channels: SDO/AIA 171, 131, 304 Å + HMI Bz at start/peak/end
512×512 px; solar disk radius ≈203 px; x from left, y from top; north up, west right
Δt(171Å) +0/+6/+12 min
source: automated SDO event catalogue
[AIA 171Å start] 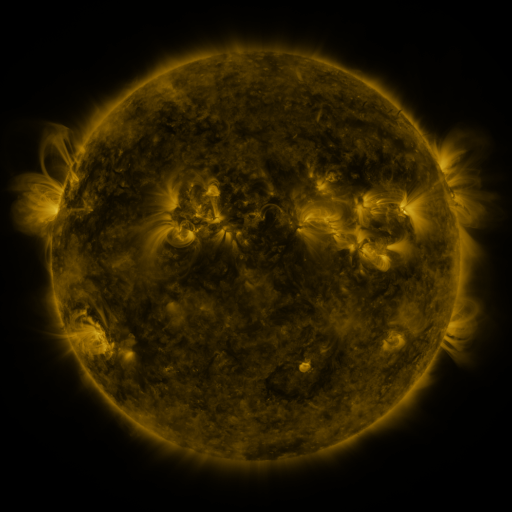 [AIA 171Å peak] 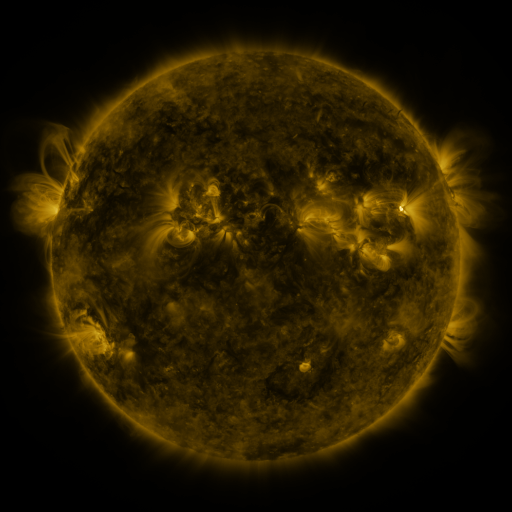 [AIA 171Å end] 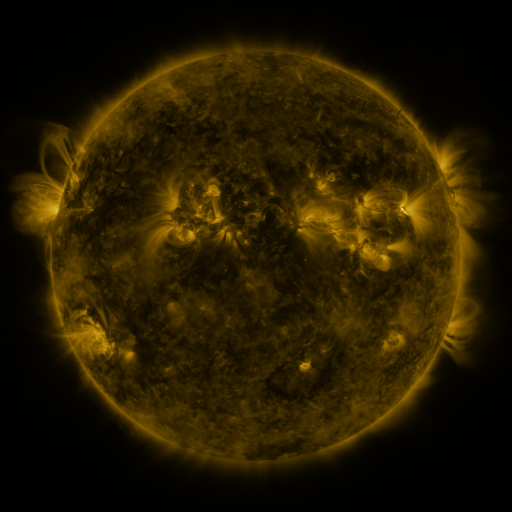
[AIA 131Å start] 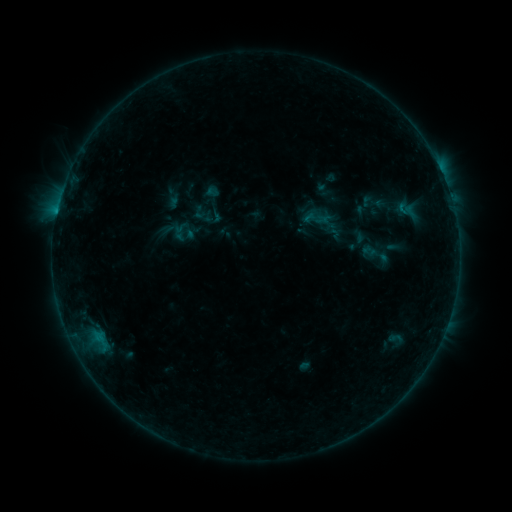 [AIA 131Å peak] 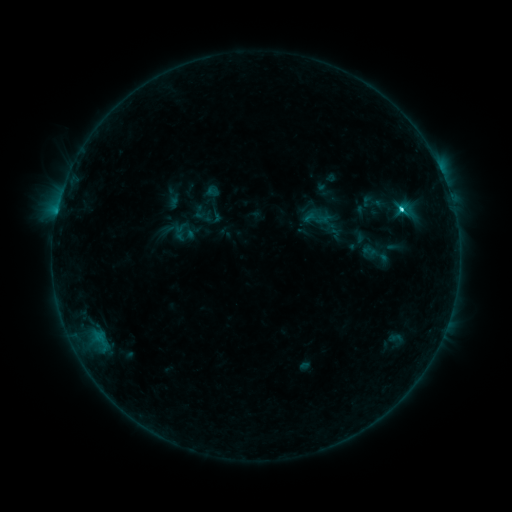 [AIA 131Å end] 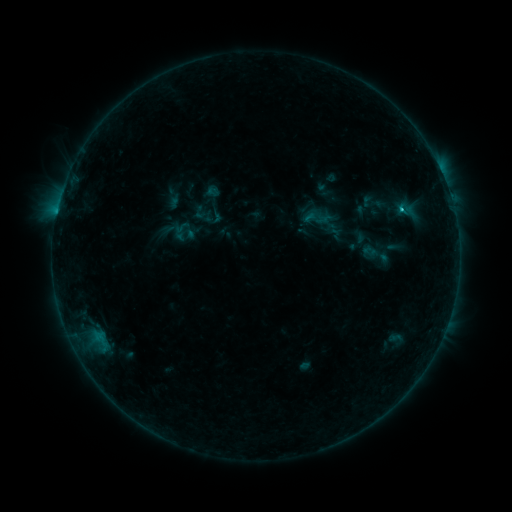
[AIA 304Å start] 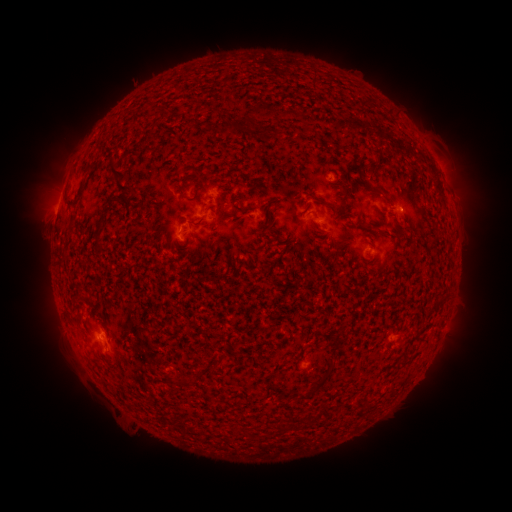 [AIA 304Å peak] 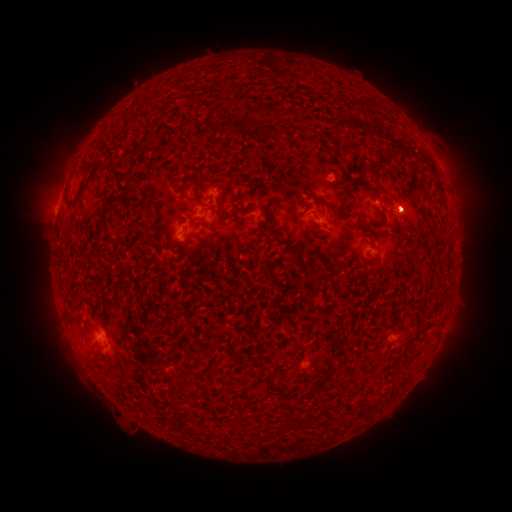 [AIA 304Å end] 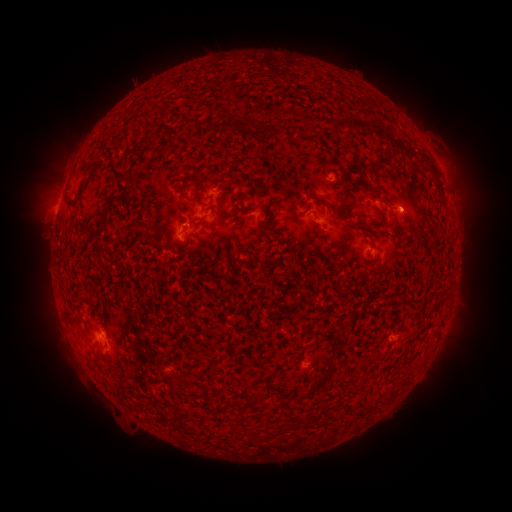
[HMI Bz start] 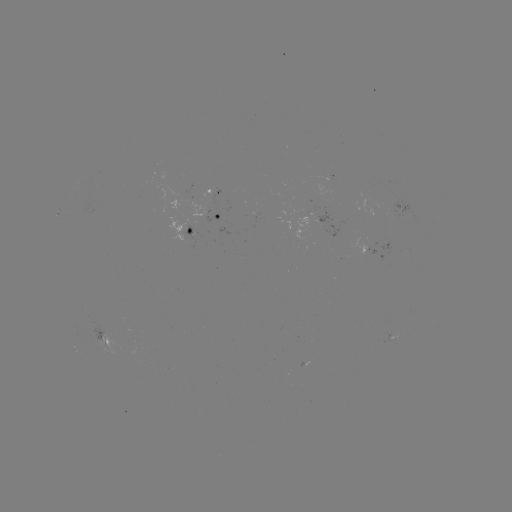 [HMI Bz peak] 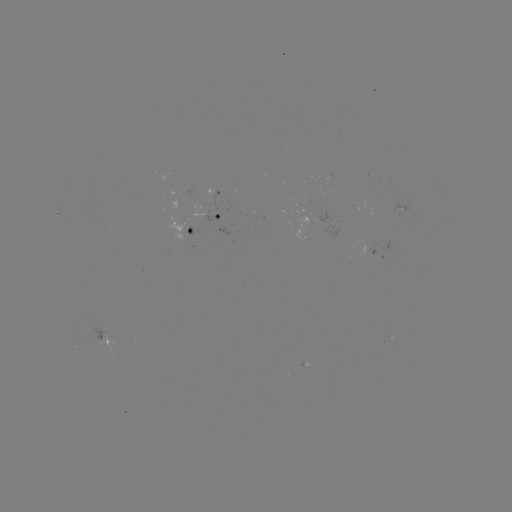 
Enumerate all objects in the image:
C1.9 flare: (400, 213)
